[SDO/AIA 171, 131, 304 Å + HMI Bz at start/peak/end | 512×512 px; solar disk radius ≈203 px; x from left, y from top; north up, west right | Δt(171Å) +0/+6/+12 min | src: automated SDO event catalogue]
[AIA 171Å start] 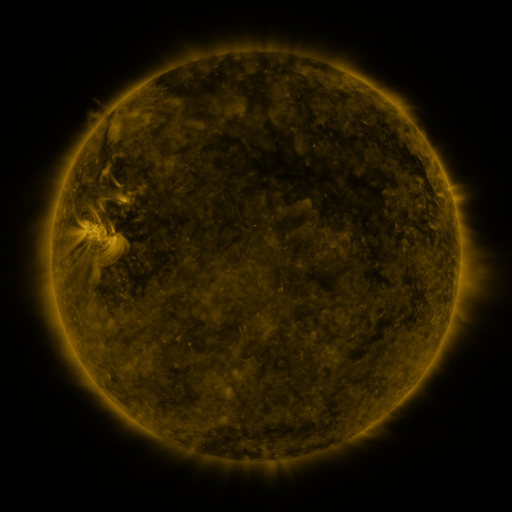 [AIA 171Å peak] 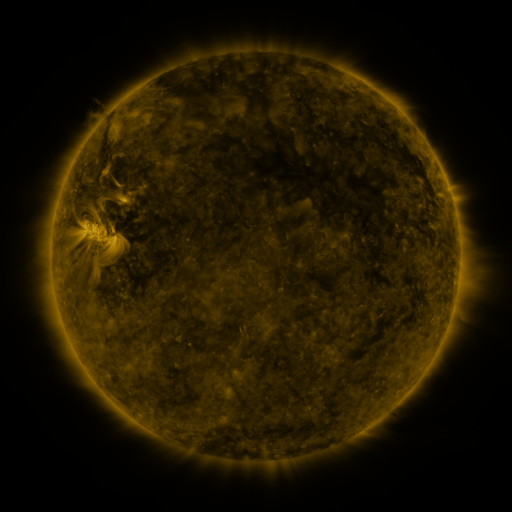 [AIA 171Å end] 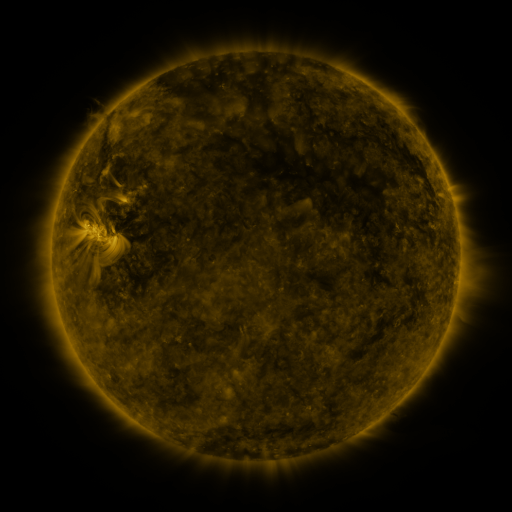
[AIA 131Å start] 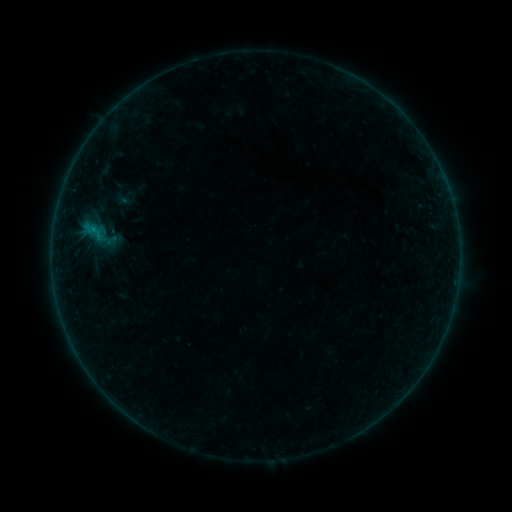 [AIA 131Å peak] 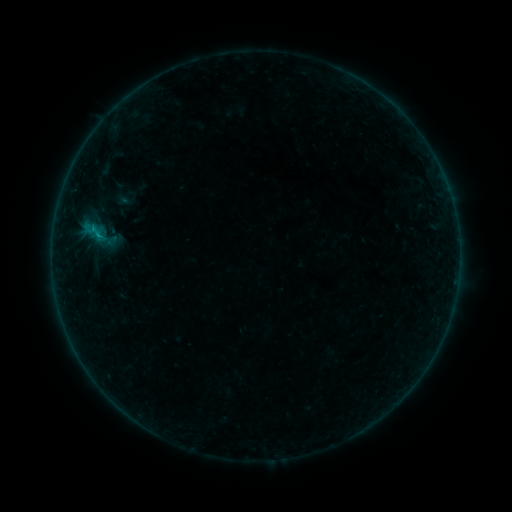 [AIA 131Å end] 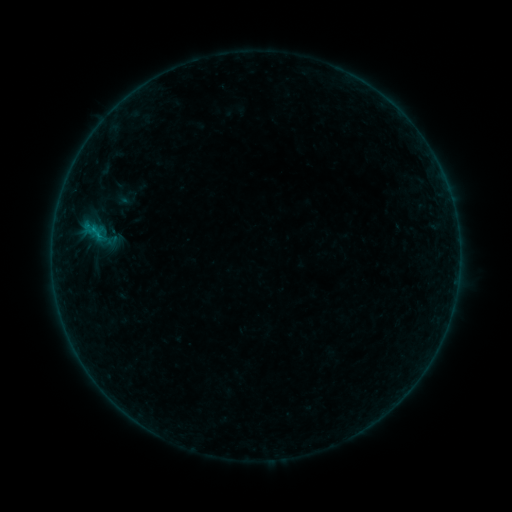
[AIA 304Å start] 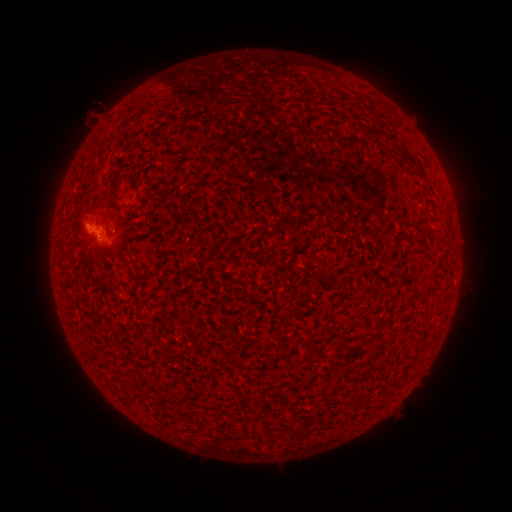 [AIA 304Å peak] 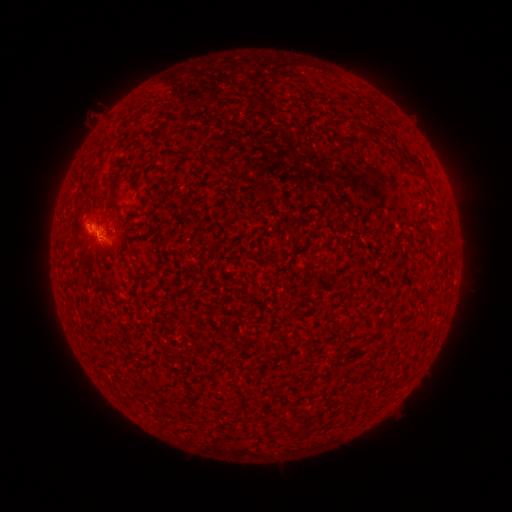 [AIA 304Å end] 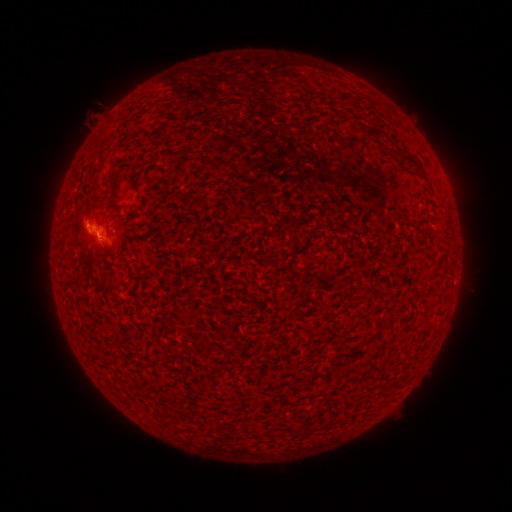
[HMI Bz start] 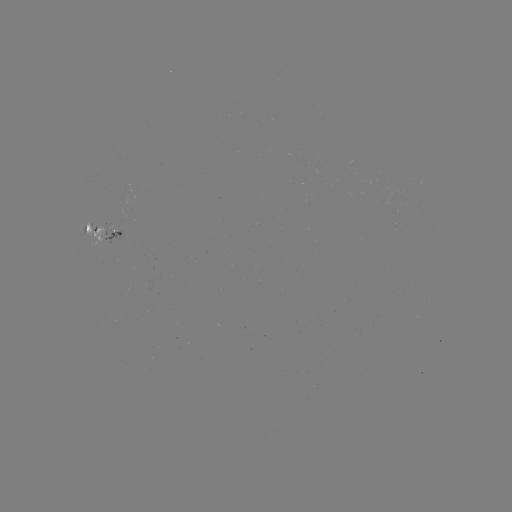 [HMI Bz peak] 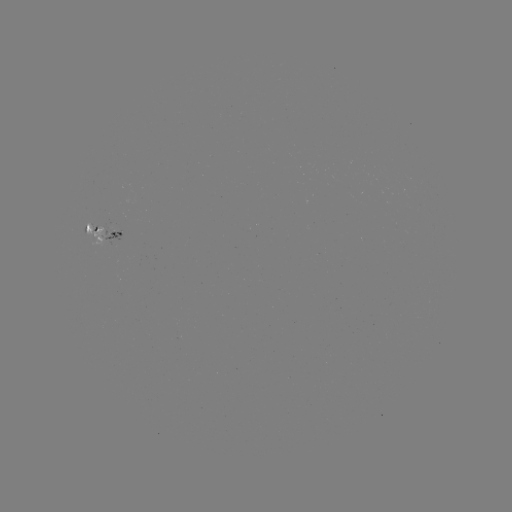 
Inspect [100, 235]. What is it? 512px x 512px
B2.5 flare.